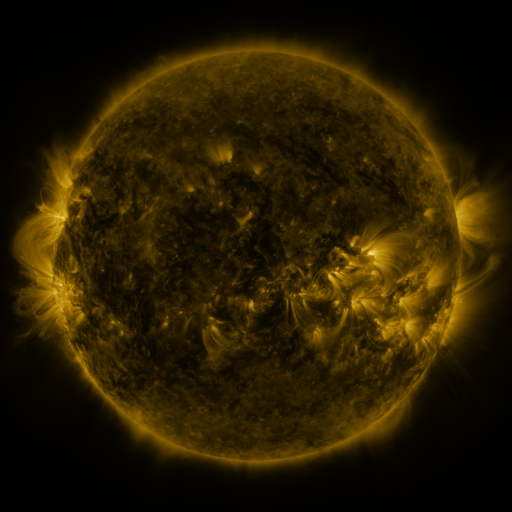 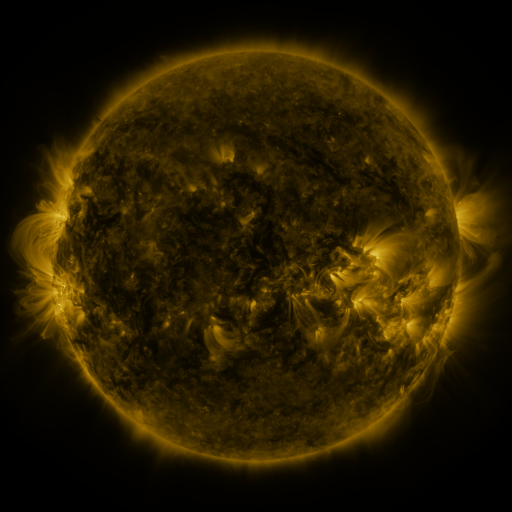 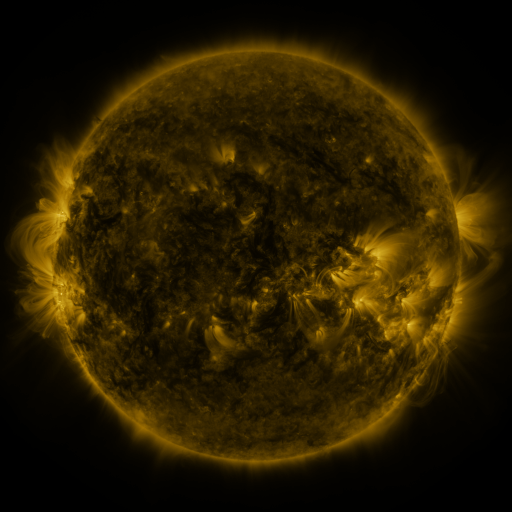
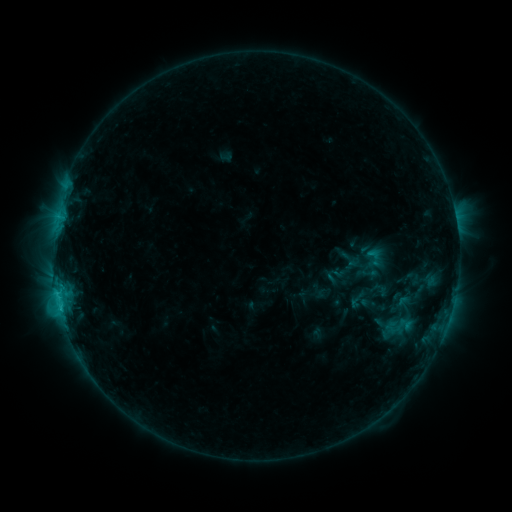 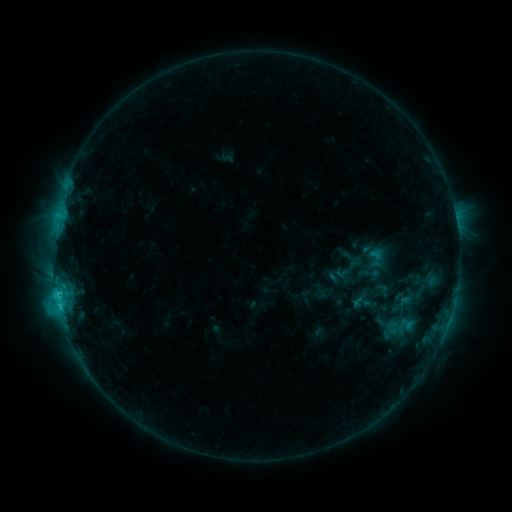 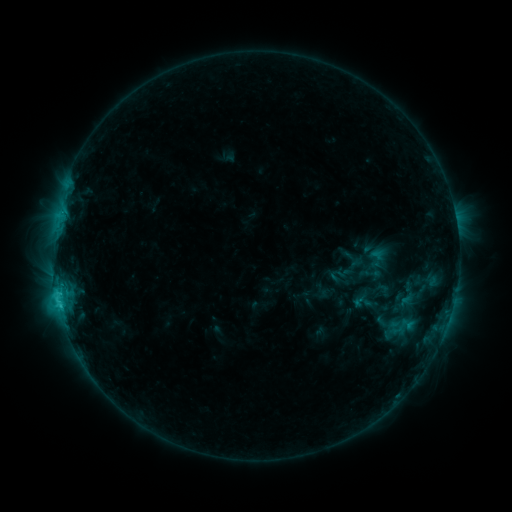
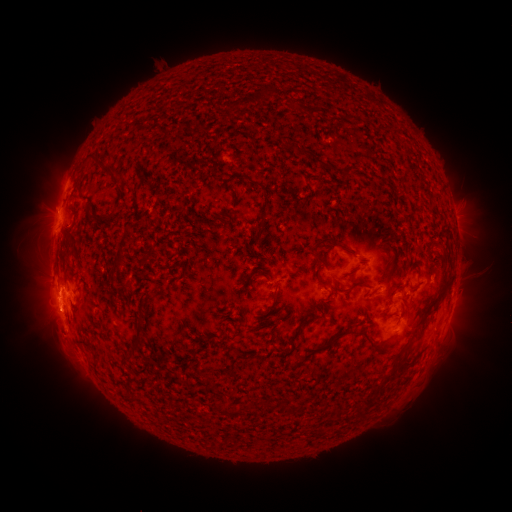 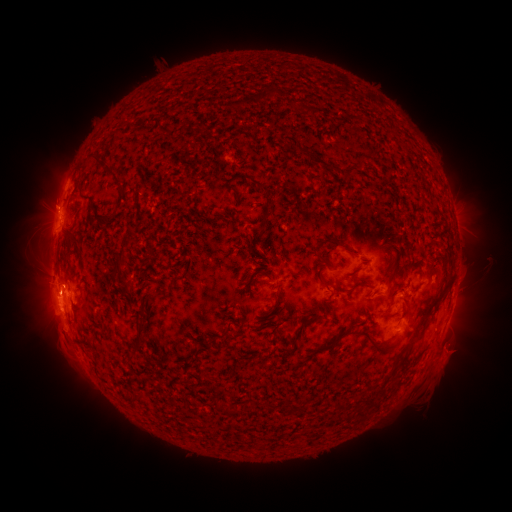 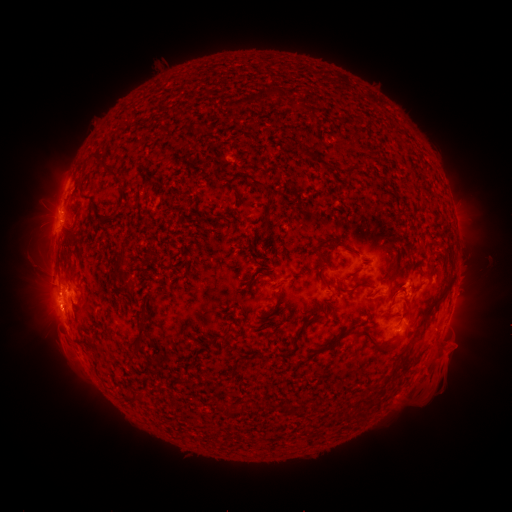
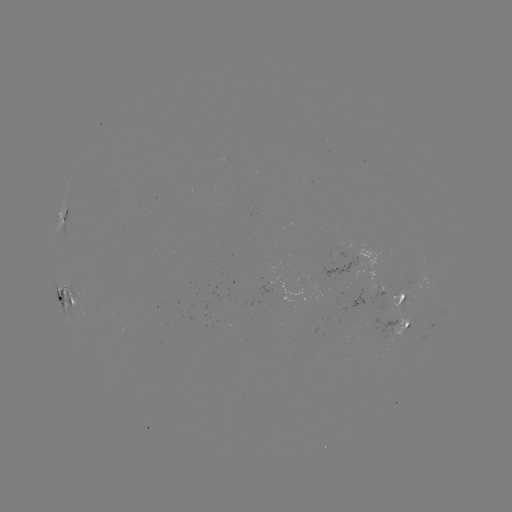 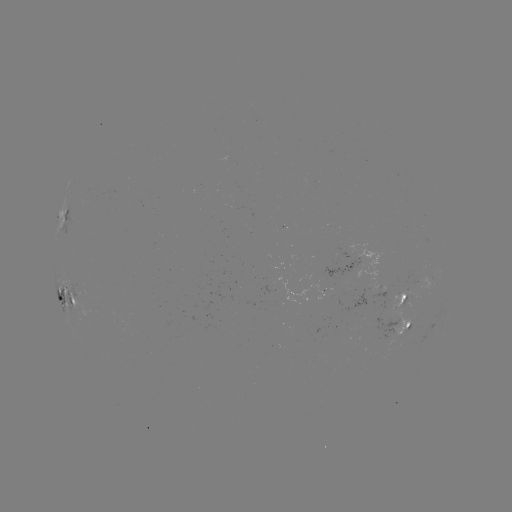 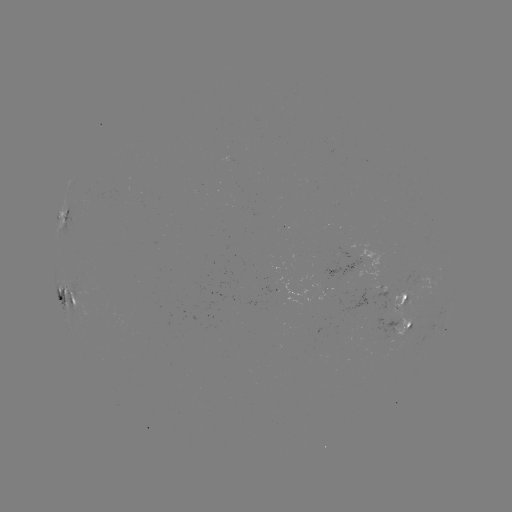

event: emerging-flux region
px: (325, 272)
